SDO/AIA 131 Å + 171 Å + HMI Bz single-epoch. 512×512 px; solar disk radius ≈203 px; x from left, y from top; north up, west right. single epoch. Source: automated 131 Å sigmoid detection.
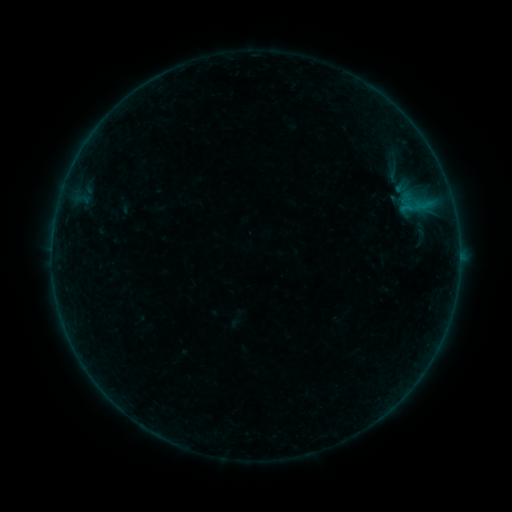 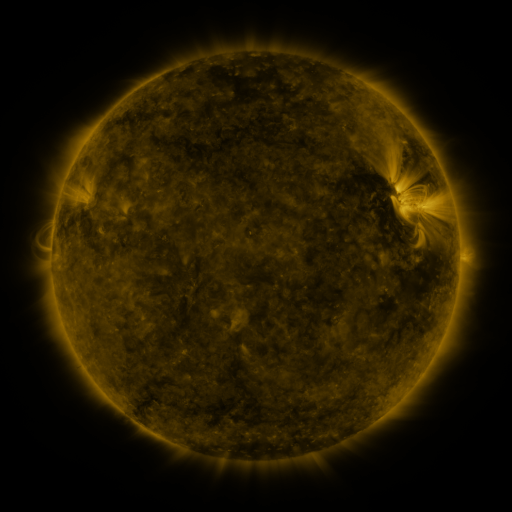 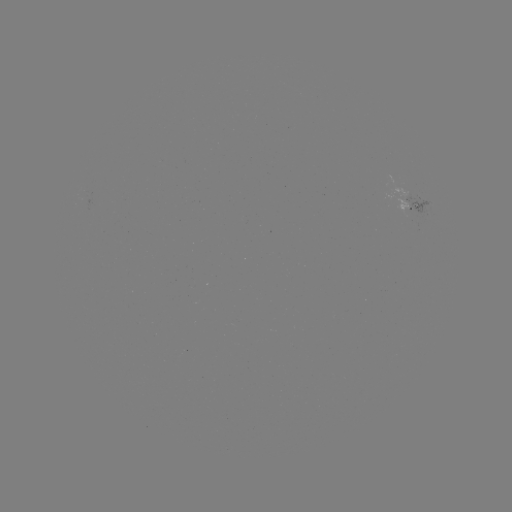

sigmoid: <bbox>377, 163, 410, 184</bbox>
